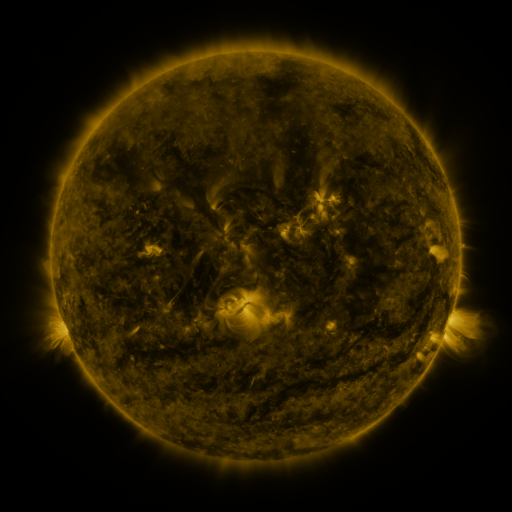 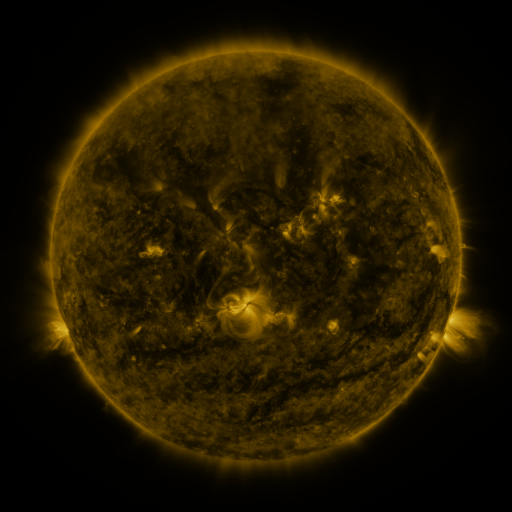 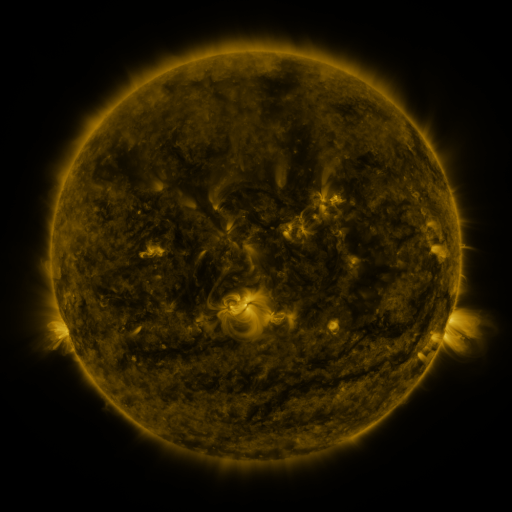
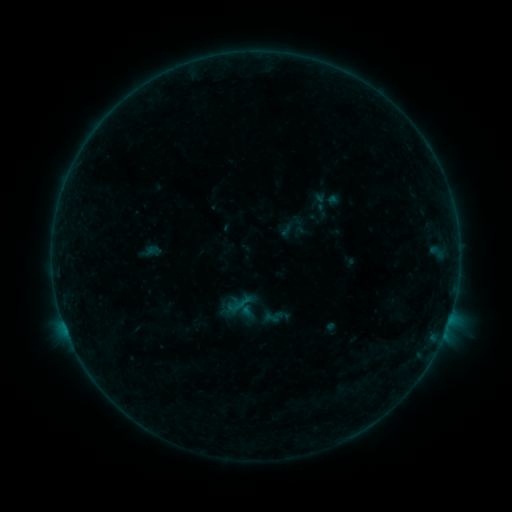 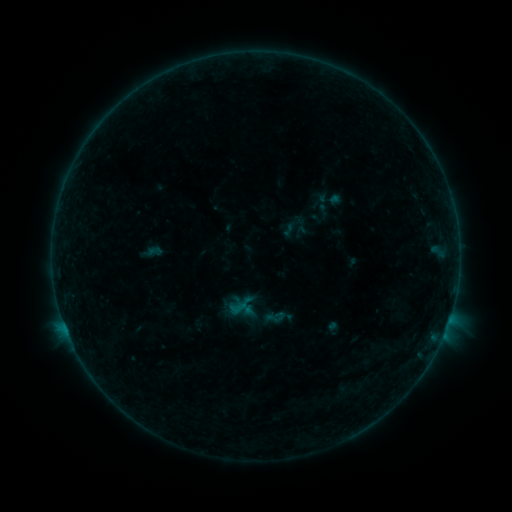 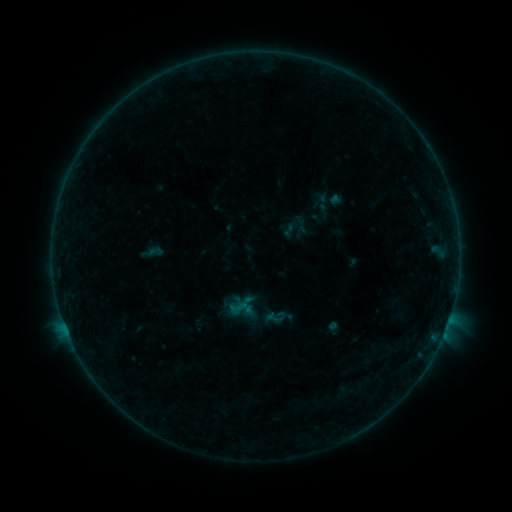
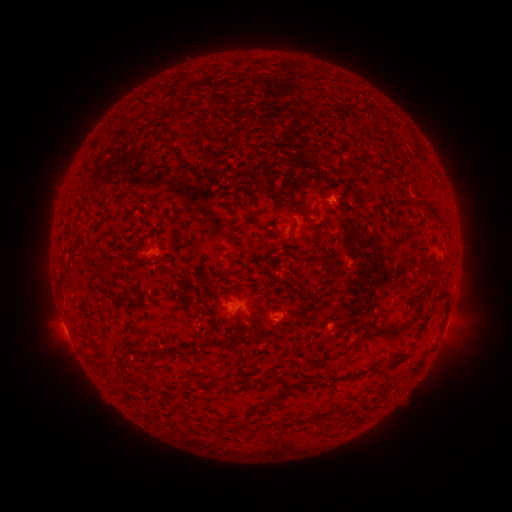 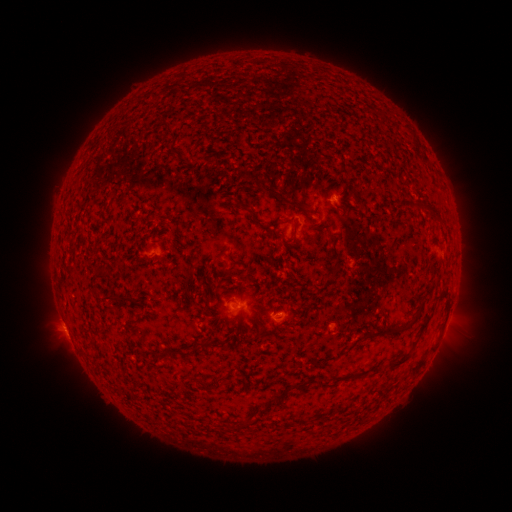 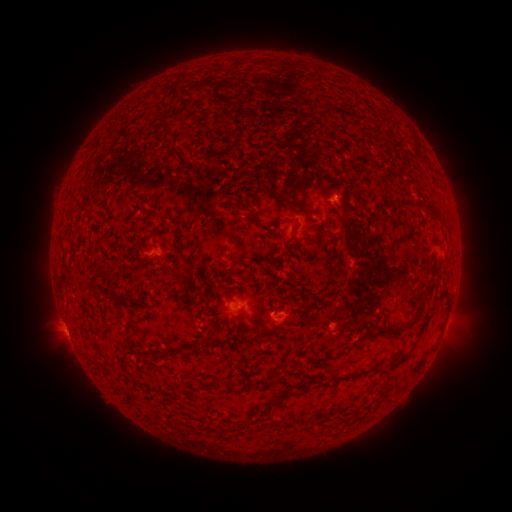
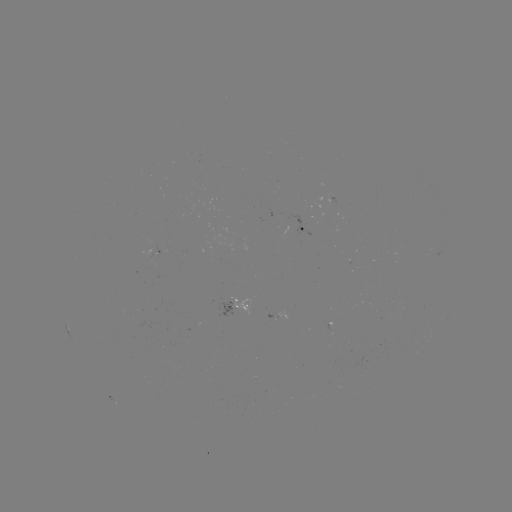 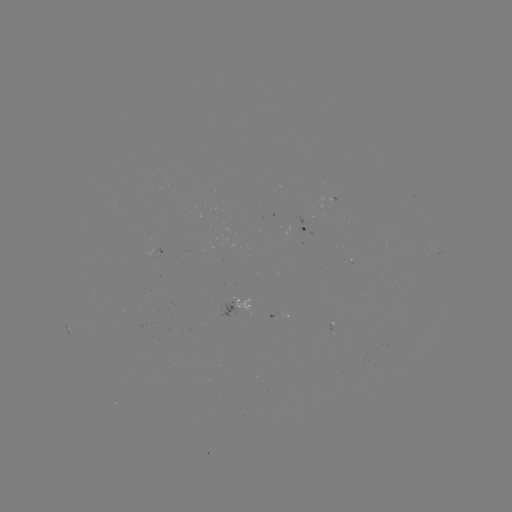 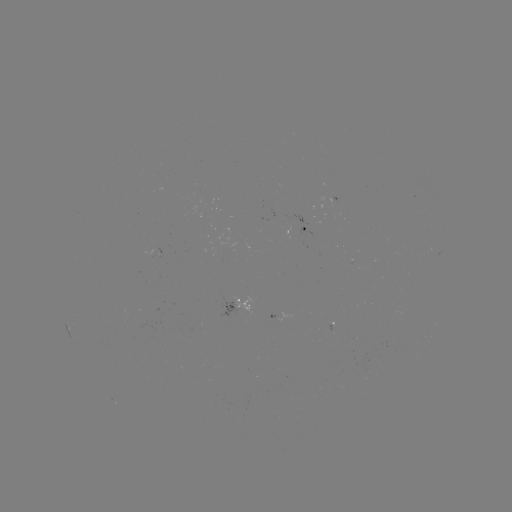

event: emerging-flux region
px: (275, 318)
